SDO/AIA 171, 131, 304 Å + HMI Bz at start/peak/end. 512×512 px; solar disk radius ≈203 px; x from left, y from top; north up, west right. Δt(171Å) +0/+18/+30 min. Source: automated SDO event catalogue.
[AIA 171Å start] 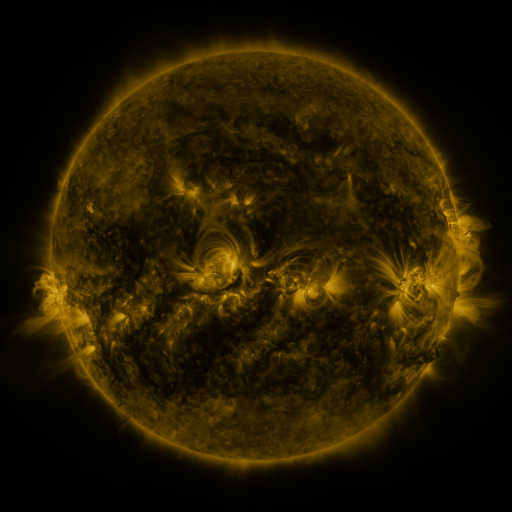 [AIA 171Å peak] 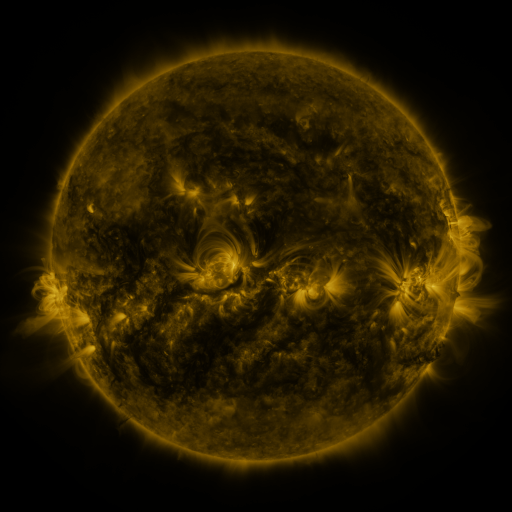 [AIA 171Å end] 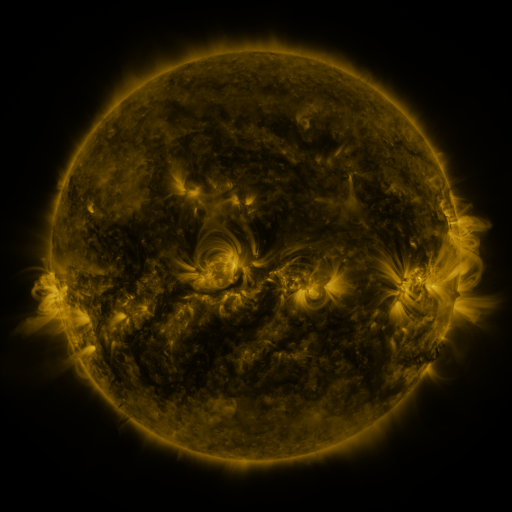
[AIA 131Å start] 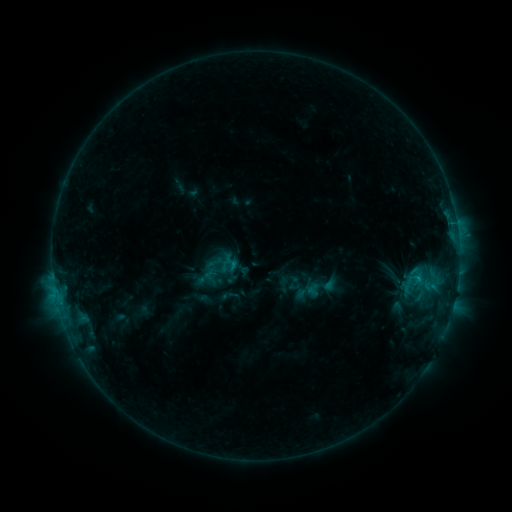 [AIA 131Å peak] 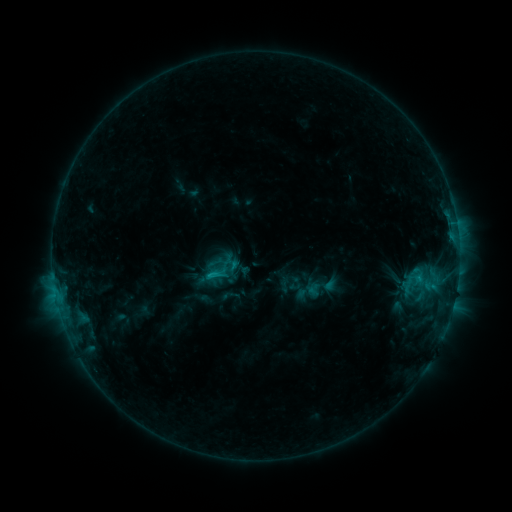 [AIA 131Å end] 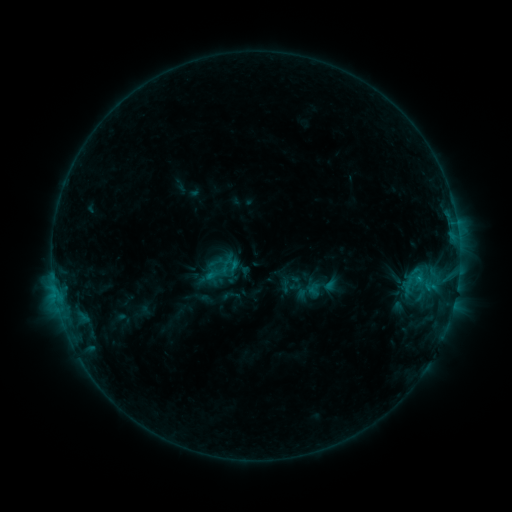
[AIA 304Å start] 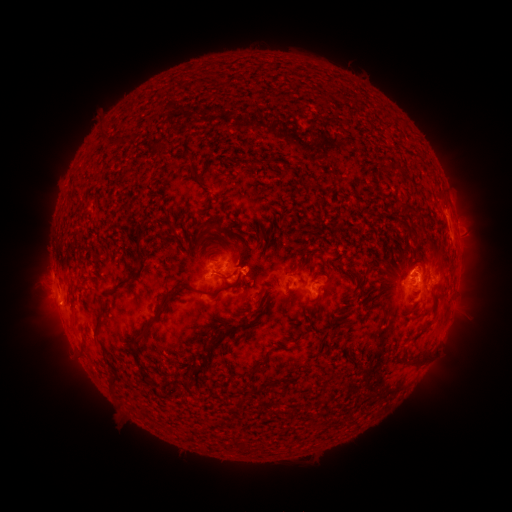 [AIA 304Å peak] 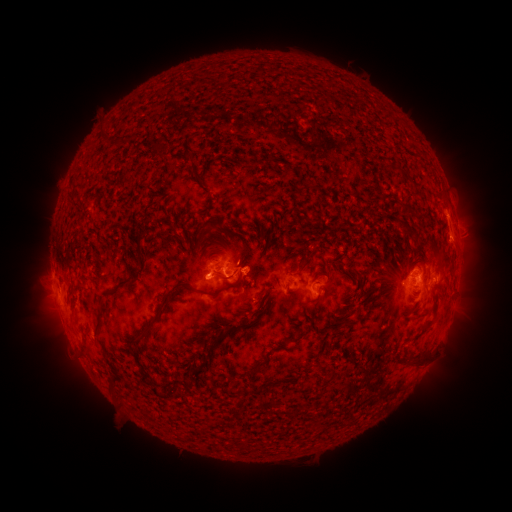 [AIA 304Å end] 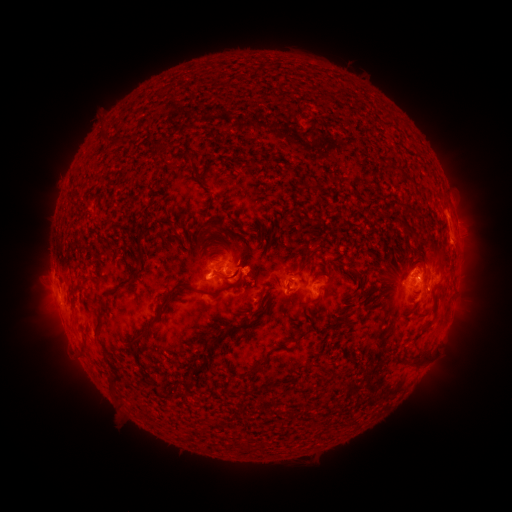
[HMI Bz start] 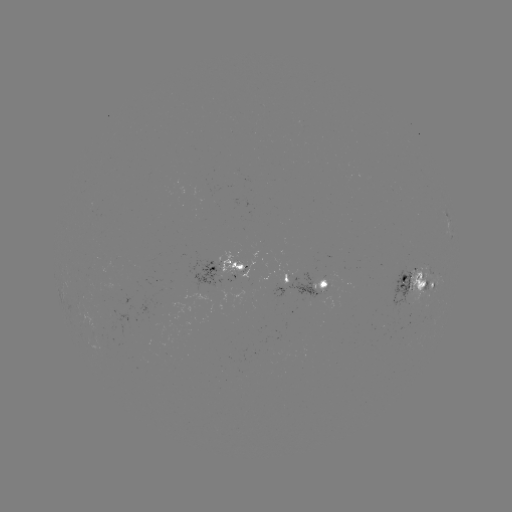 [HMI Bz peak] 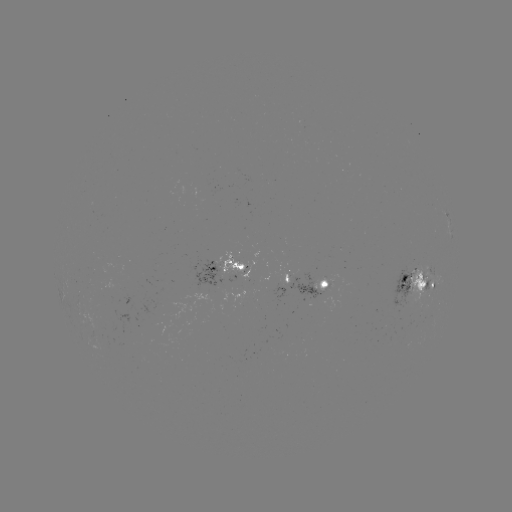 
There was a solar flare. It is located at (211, 274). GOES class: C1.3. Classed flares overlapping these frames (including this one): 1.